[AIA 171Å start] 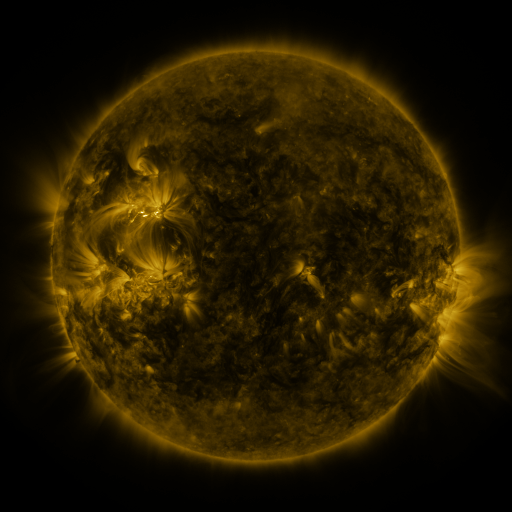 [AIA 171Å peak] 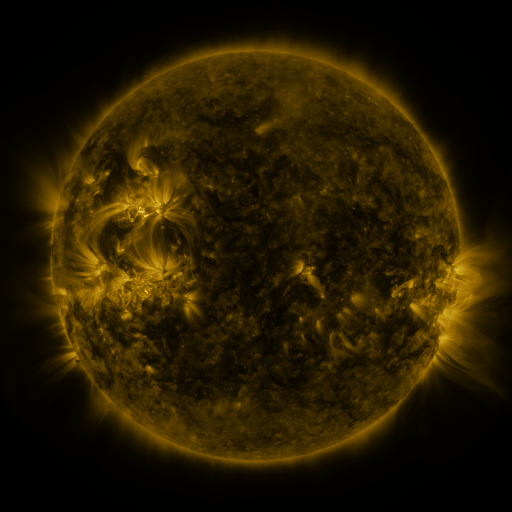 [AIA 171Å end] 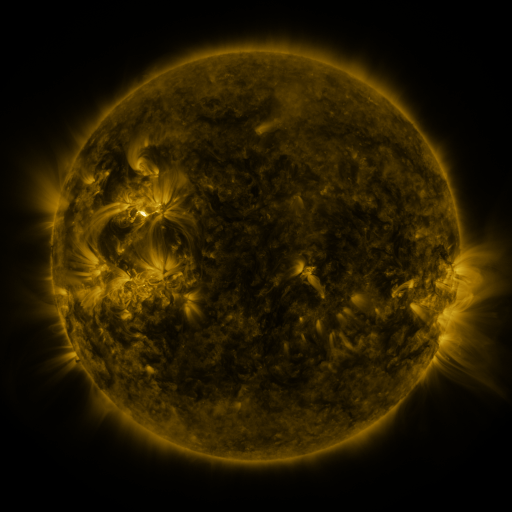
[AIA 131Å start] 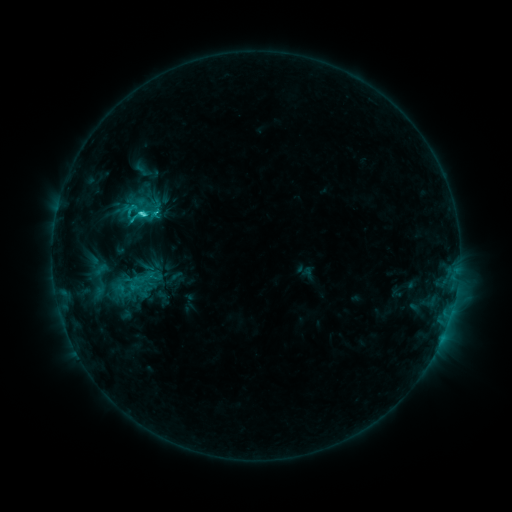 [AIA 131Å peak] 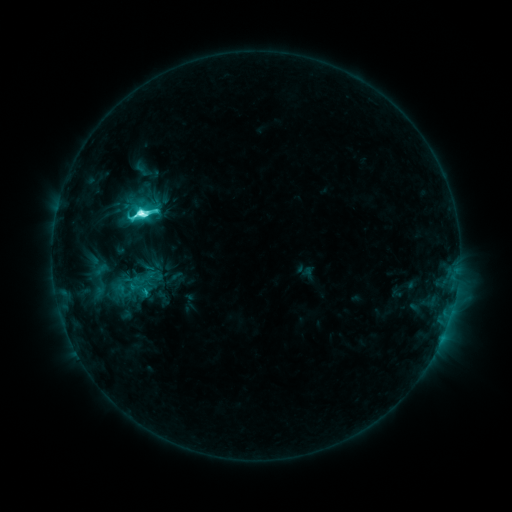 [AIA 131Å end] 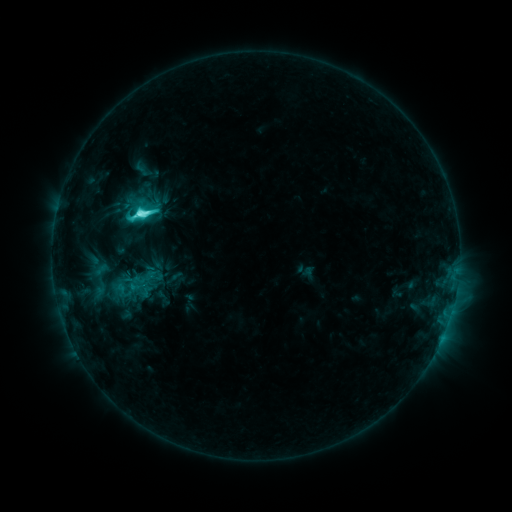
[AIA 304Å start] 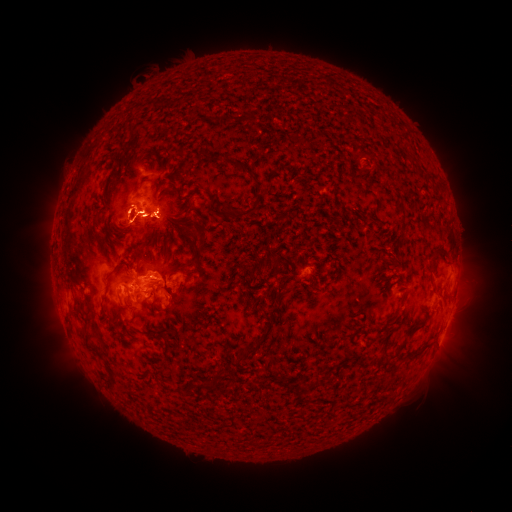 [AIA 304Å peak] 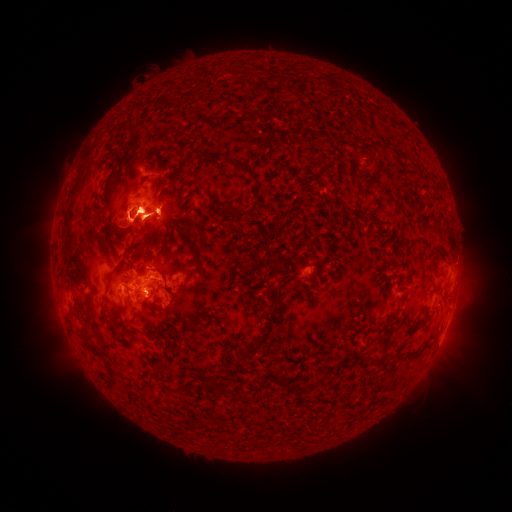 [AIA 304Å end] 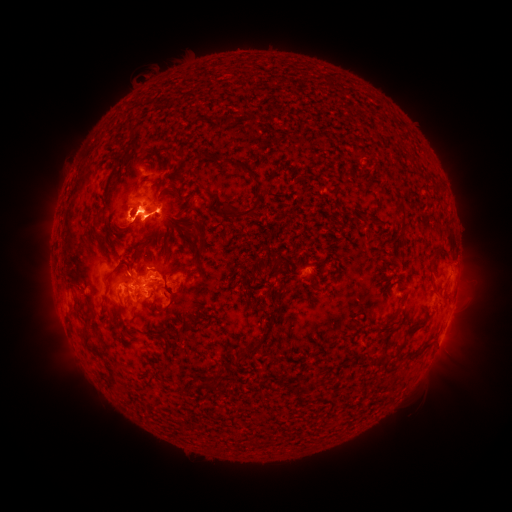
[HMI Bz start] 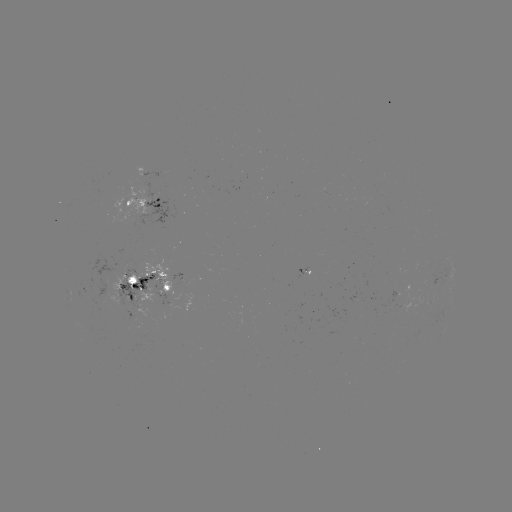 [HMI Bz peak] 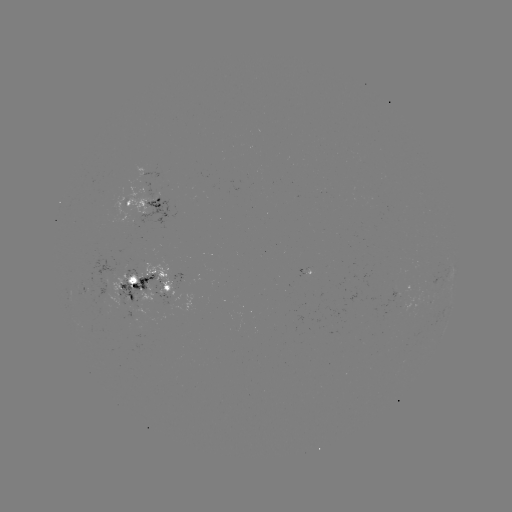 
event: eruption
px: (145, 217)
